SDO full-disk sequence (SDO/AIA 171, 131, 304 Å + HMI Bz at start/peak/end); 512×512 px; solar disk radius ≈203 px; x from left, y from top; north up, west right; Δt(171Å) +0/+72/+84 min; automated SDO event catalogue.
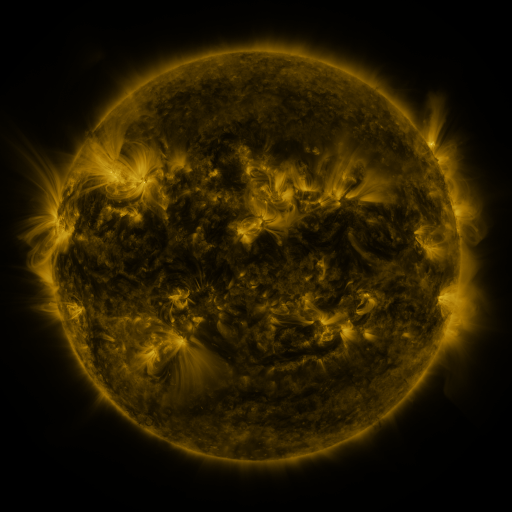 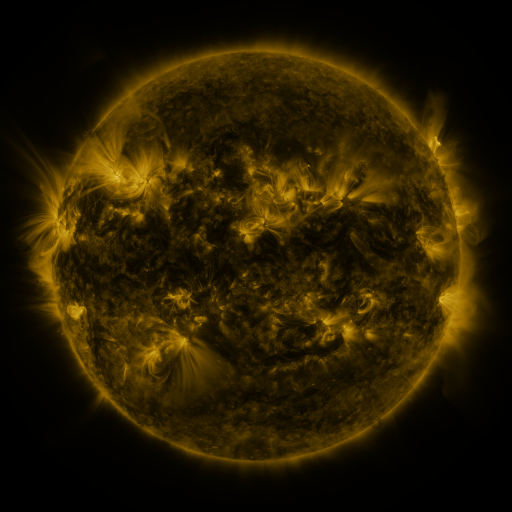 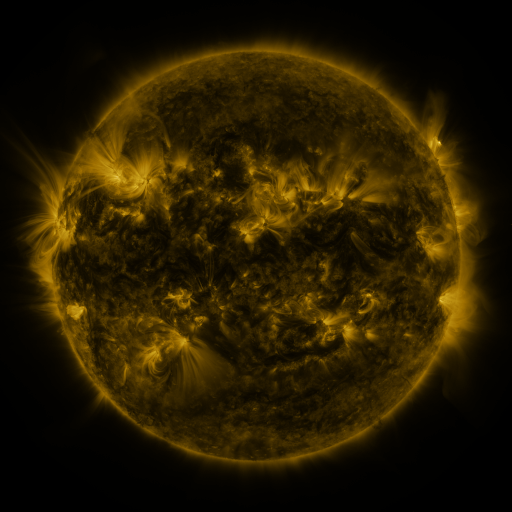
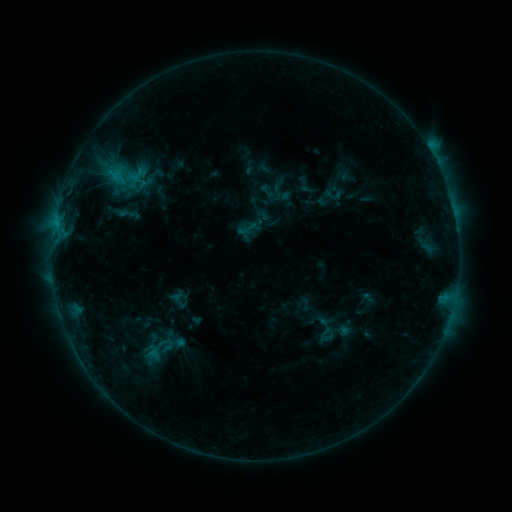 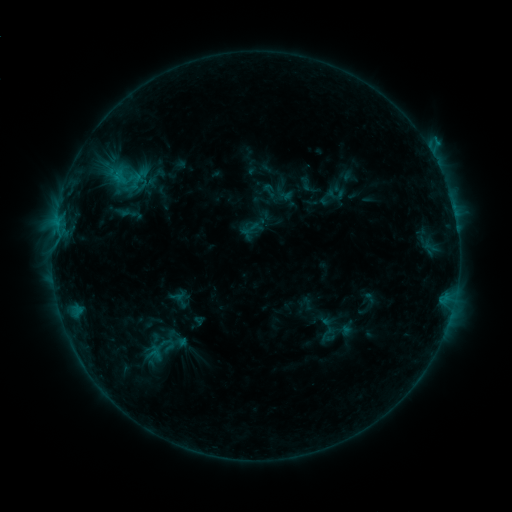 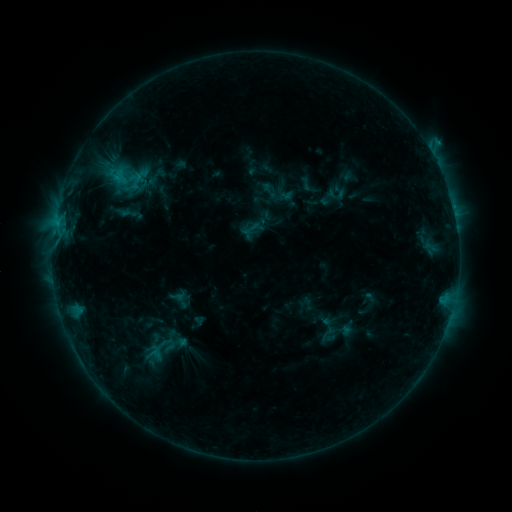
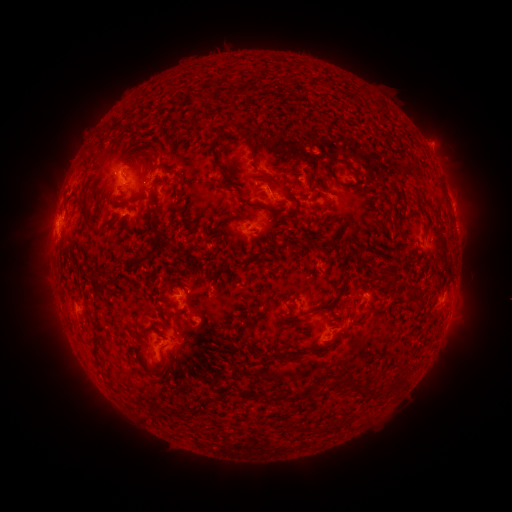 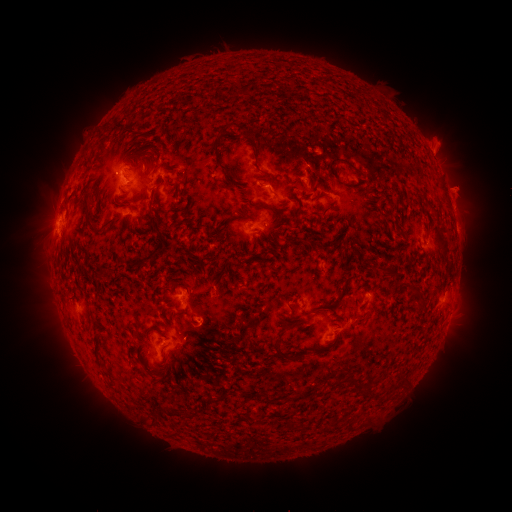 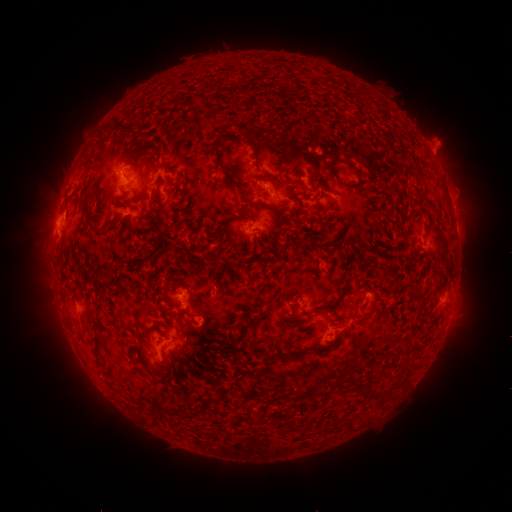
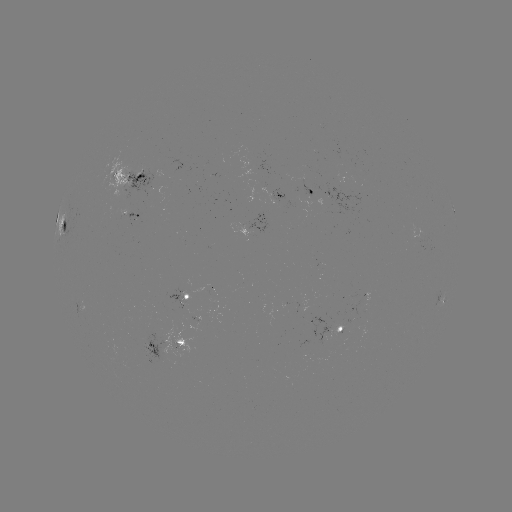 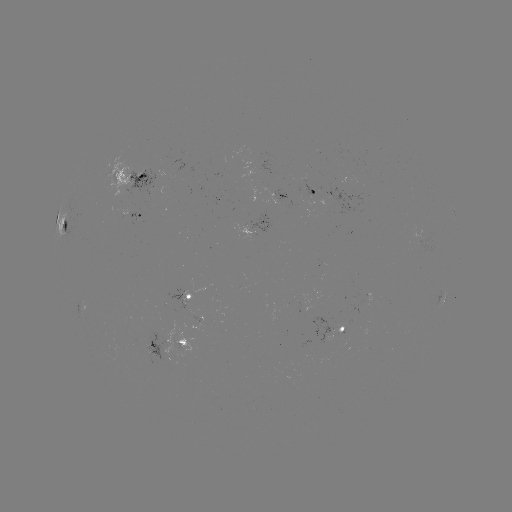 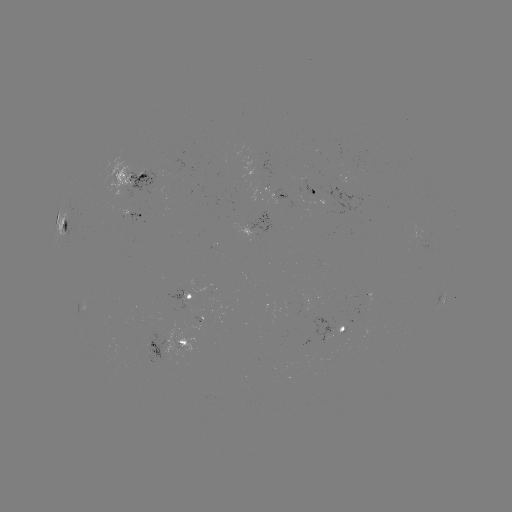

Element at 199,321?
emerging-flux region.